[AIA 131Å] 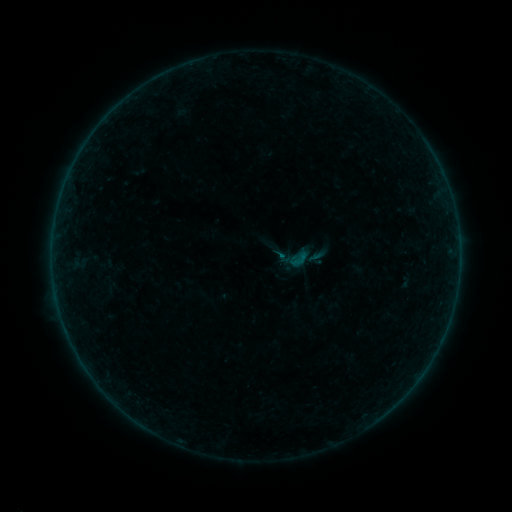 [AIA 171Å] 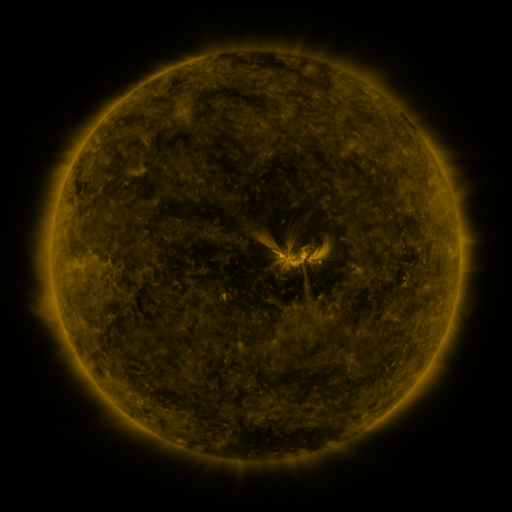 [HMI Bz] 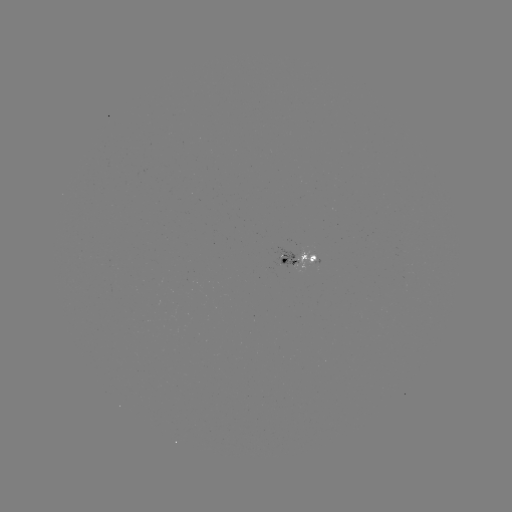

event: sigmoid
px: (298, 259)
